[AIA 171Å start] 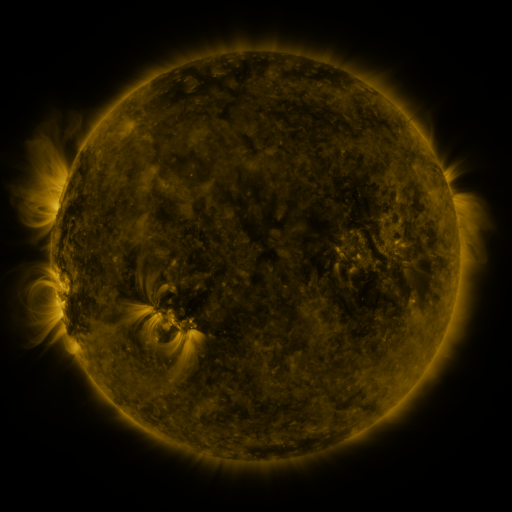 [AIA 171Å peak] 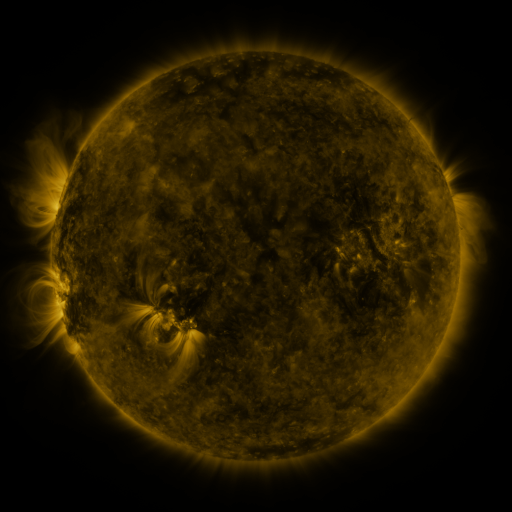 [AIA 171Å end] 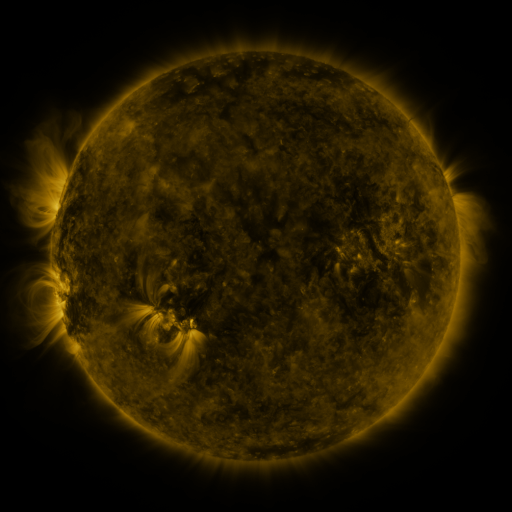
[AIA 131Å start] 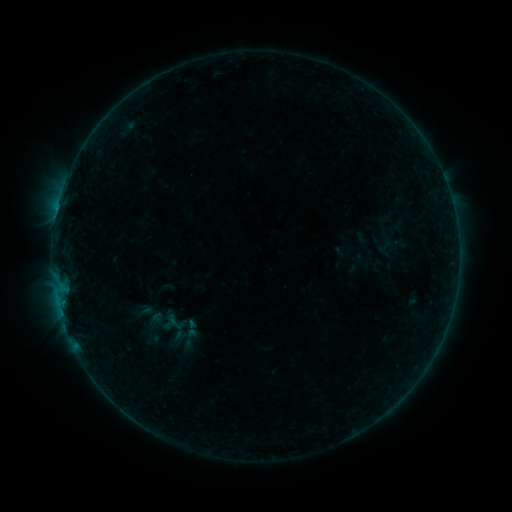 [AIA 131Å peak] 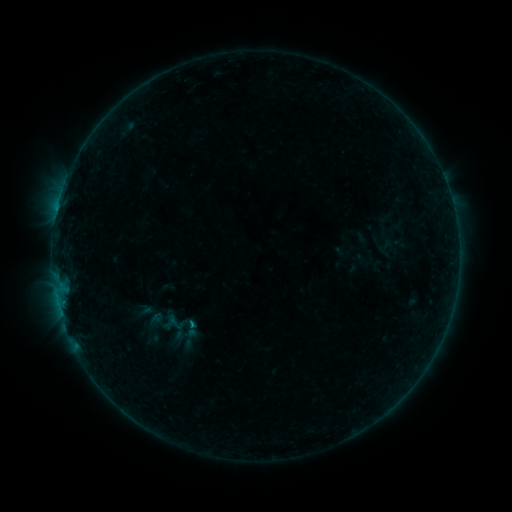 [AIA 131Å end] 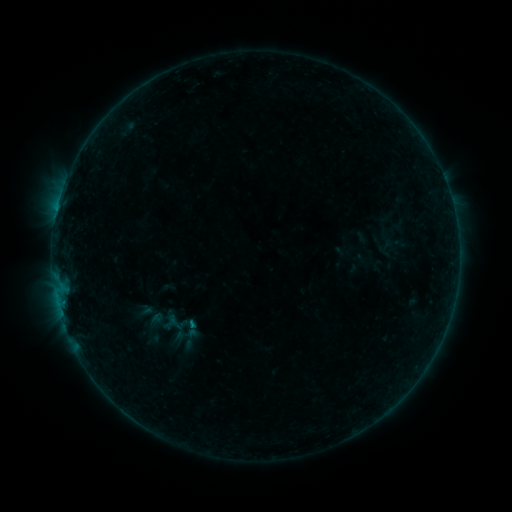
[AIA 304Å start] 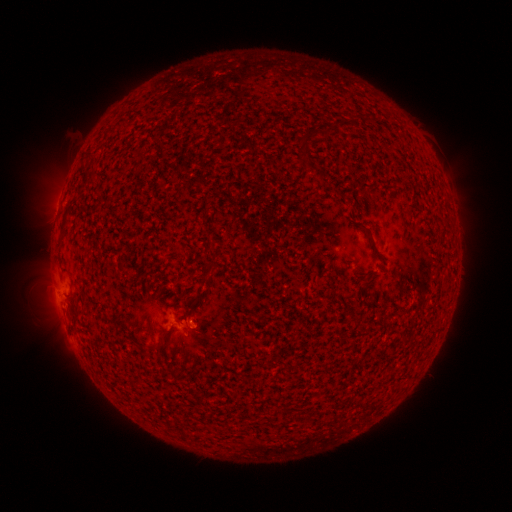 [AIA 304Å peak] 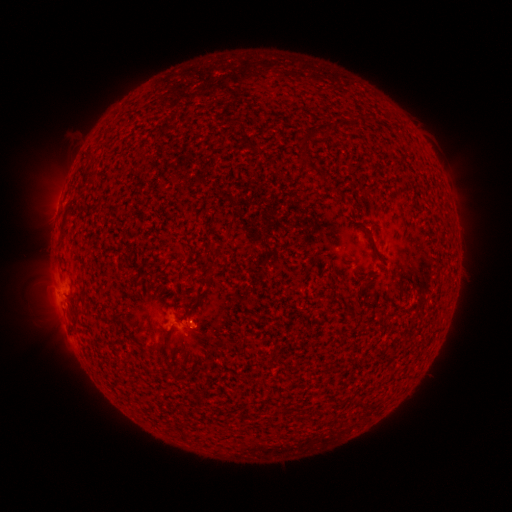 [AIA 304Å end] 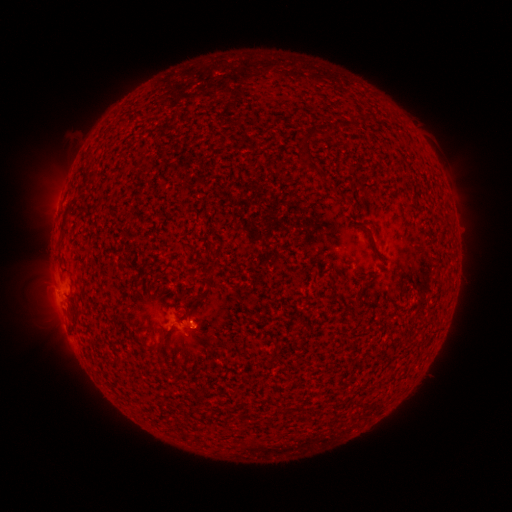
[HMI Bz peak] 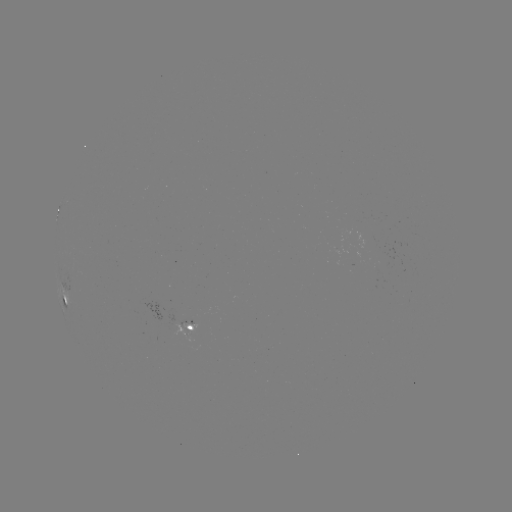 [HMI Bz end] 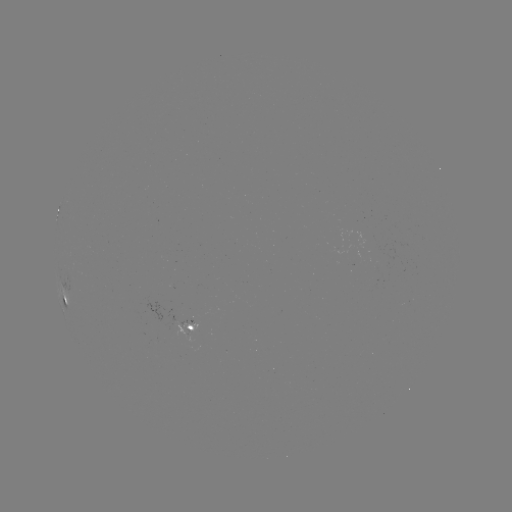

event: flare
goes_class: B2.7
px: (194, 324)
